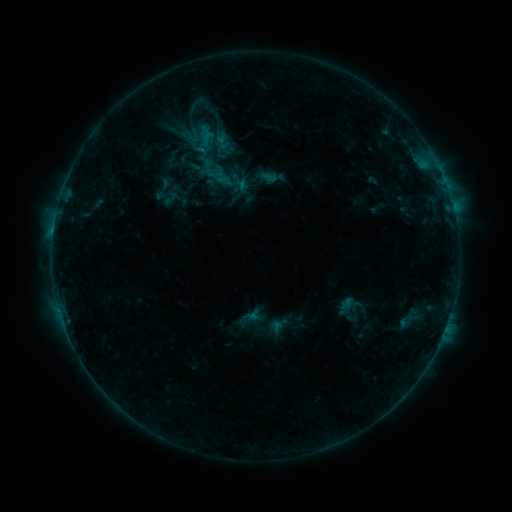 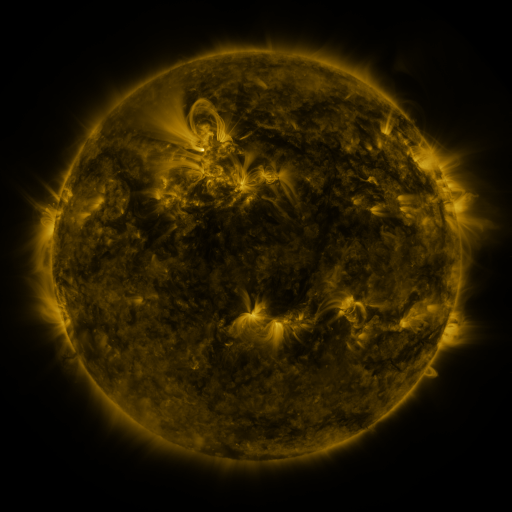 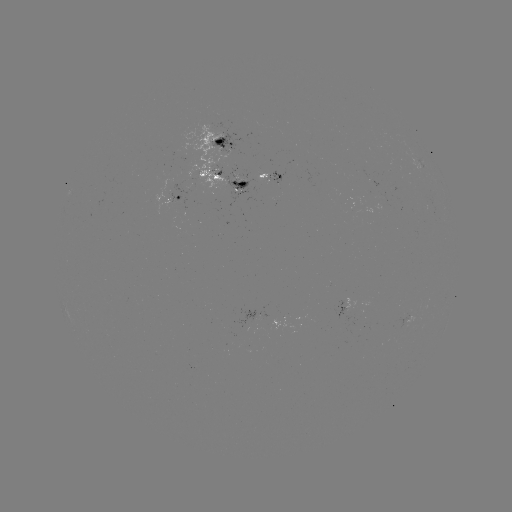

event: sigmoid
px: (169, 198)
